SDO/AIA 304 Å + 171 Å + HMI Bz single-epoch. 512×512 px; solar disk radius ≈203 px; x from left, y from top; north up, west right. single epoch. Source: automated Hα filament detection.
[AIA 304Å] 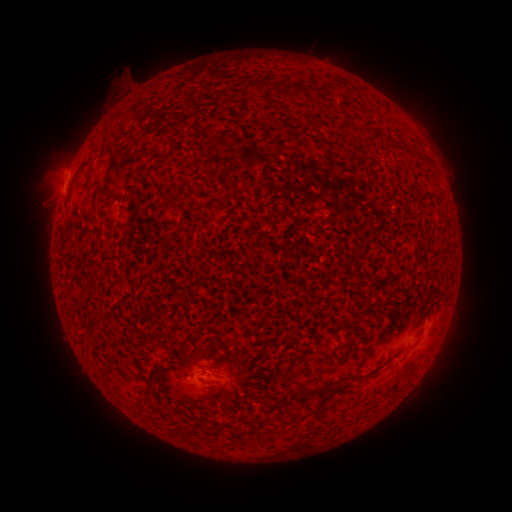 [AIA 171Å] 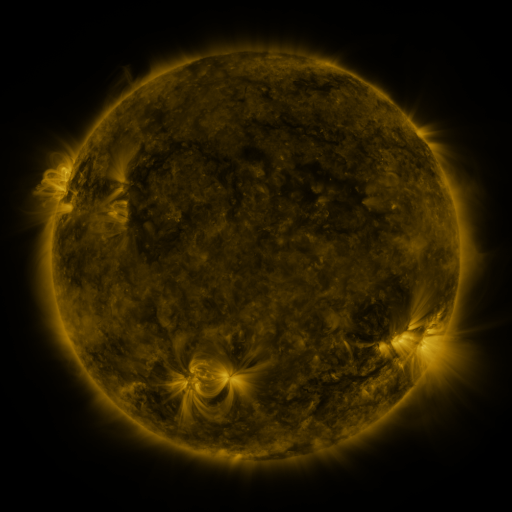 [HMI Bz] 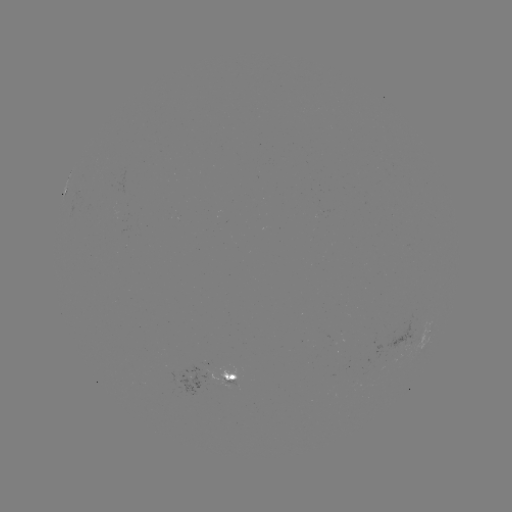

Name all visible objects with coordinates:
filament: (341, 82)
filament: (255, 83)
filament: (296, 90)
filament: (276, 122)
filament: (343, 129)
filament: (421, 158)
filament: (78, 172)
filament: (165, 198)
filament: (101, 321)
filament: (323, 391)
filament: (151, 392)
filament: (145, 403)
